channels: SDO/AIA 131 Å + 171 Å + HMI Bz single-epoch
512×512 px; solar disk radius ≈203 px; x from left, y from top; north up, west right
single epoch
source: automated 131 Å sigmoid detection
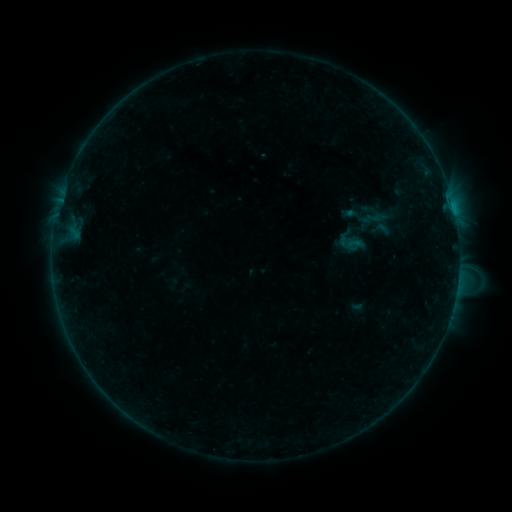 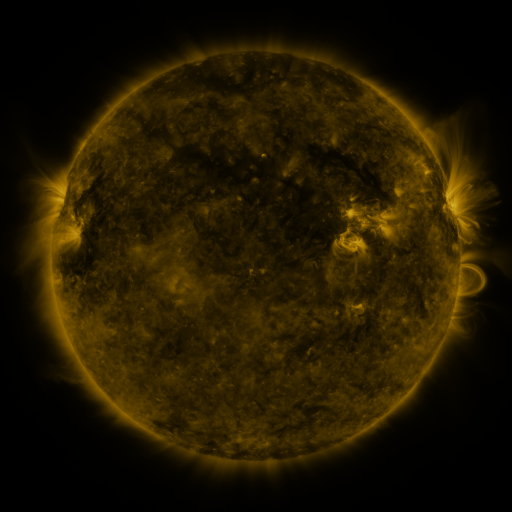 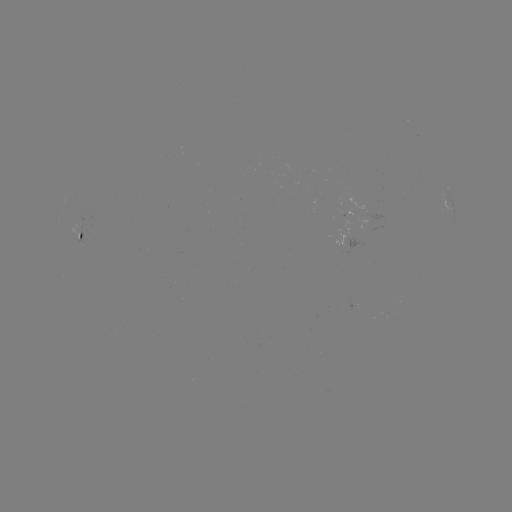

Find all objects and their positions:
sigmoid: [333, 225, 367, 255]
